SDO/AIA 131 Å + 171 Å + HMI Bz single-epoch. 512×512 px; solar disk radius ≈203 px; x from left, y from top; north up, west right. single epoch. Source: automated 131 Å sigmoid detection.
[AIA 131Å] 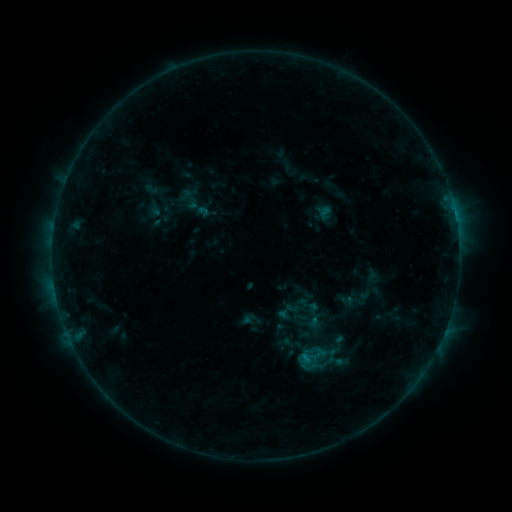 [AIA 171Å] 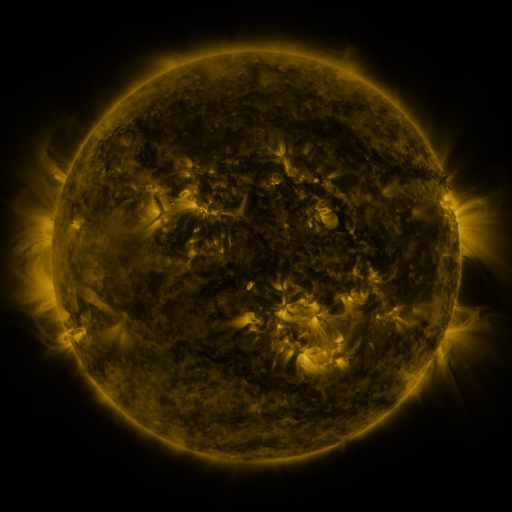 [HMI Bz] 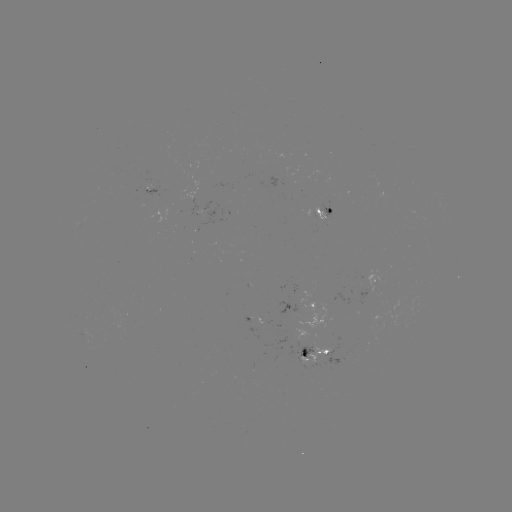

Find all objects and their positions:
sigmoid: <bbox>314, 202, 334, 220</bbox>
